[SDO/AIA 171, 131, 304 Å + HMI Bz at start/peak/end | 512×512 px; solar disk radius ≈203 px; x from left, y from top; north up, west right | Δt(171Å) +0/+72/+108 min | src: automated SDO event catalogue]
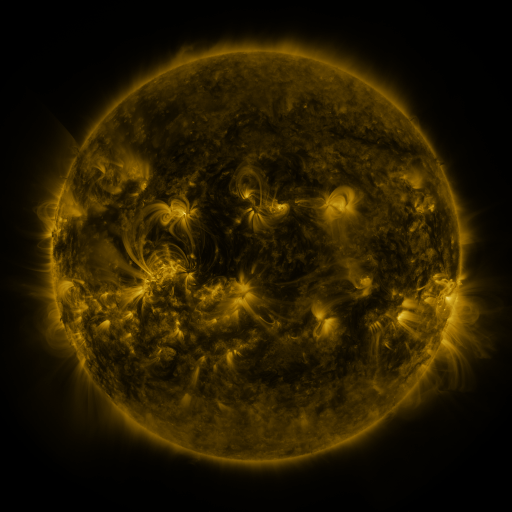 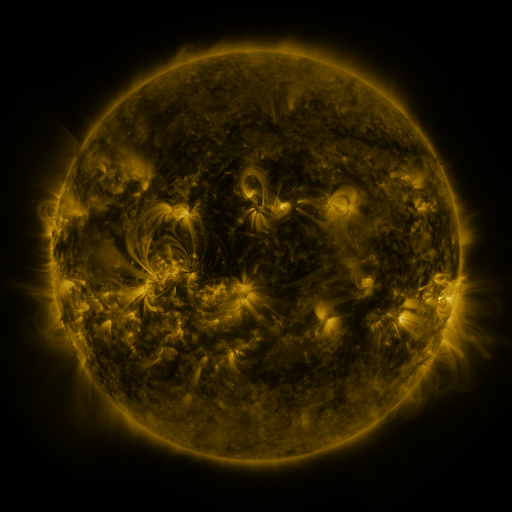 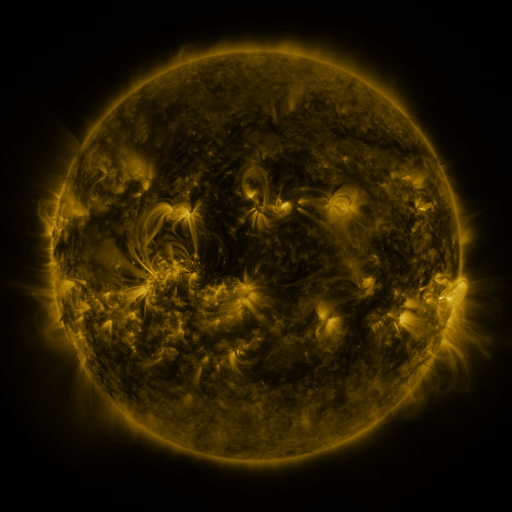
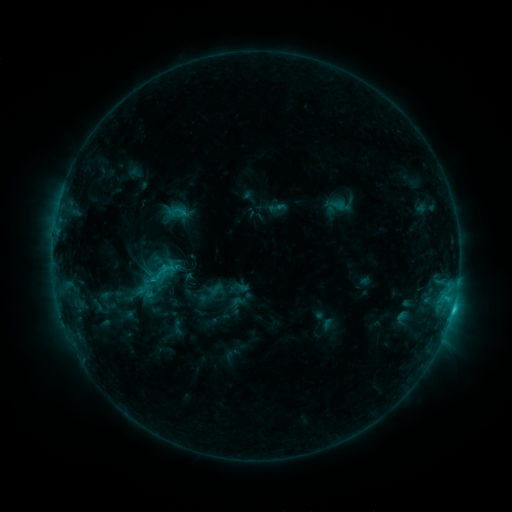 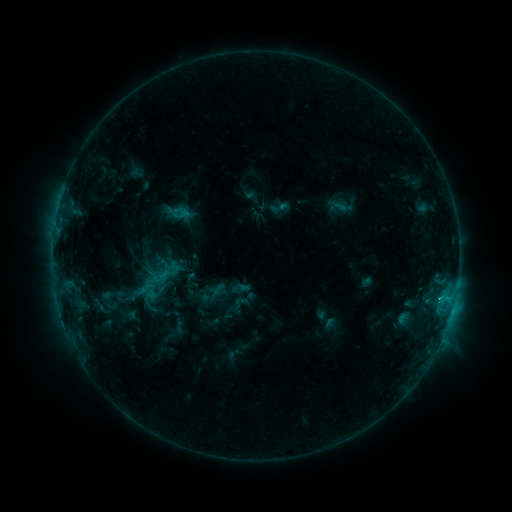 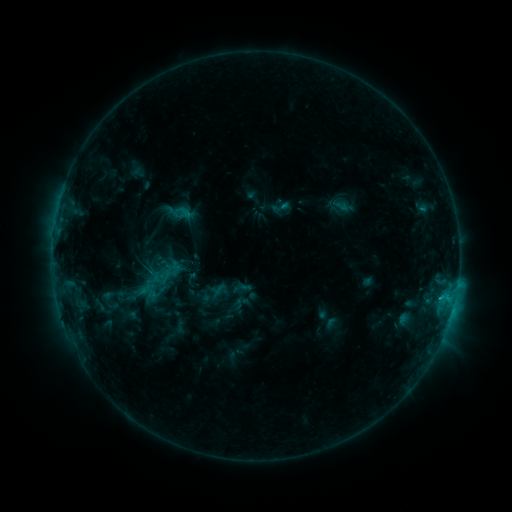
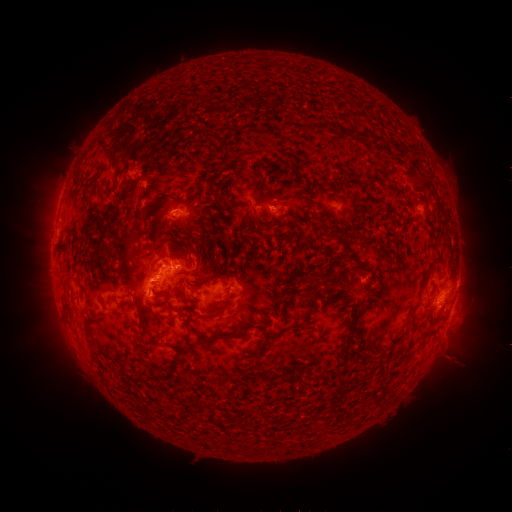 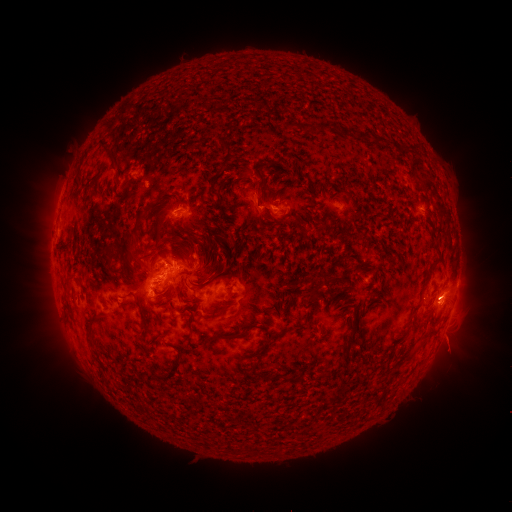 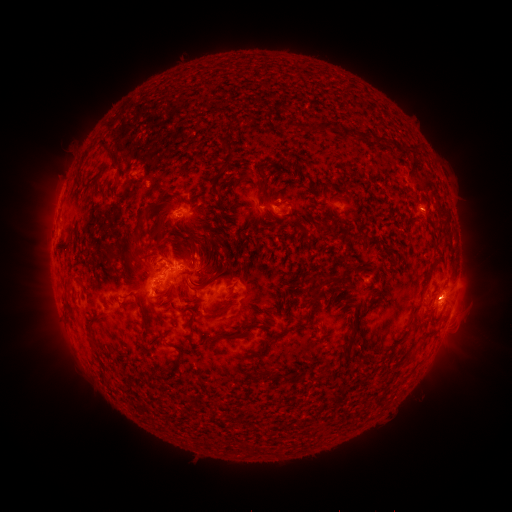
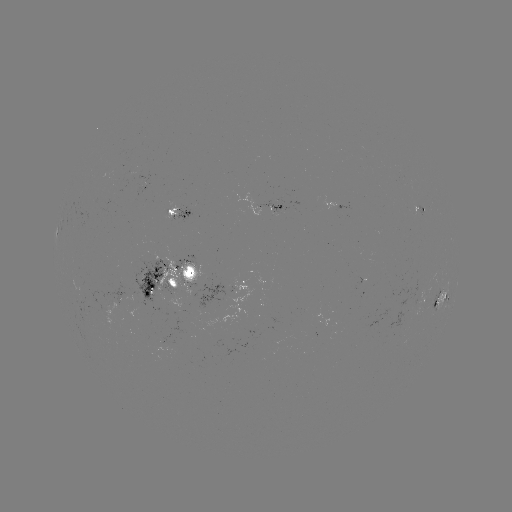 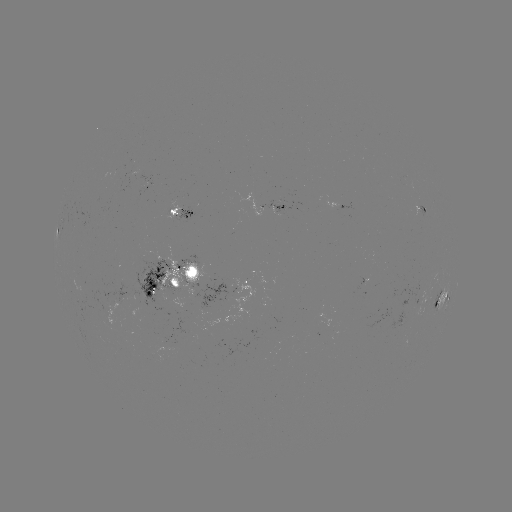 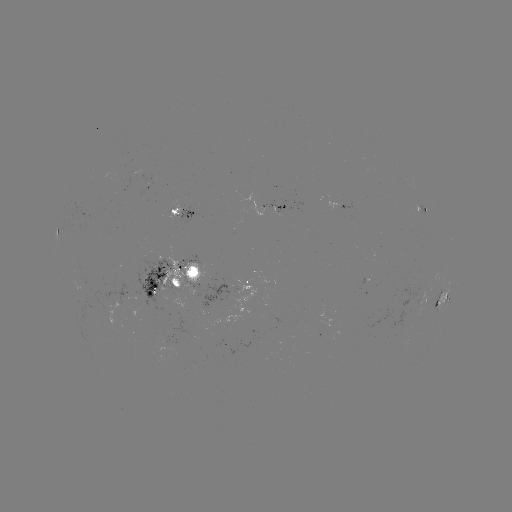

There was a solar emerging-flux region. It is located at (122, 296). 